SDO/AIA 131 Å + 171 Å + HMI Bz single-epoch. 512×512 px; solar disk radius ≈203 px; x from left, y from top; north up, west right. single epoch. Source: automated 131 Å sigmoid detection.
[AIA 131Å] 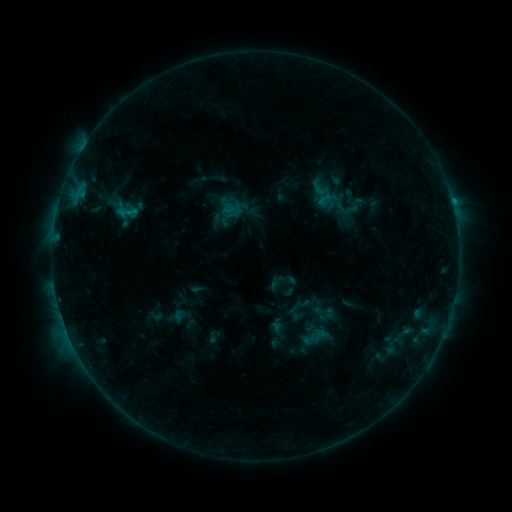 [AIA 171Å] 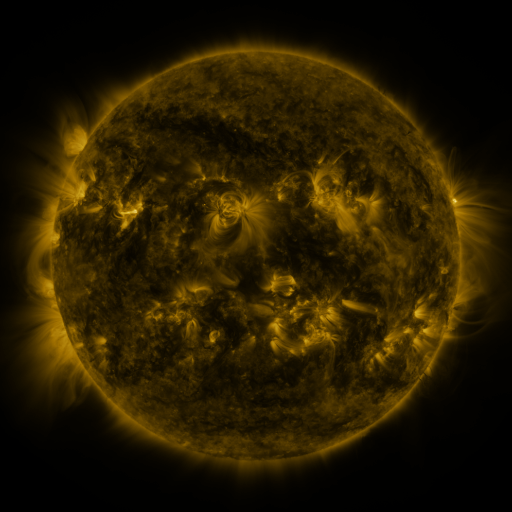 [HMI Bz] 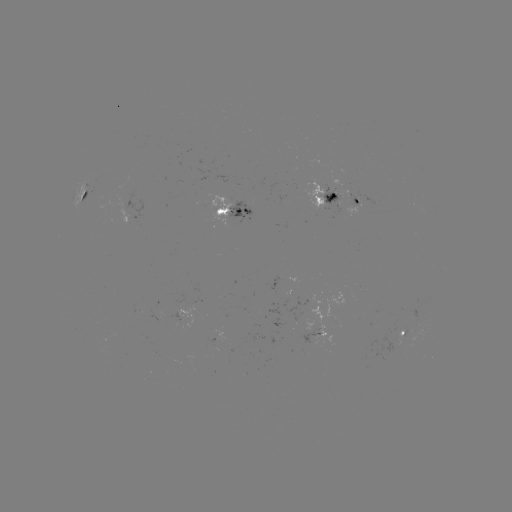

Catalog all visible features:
sigmoid: [308, 178, 331, 199]
